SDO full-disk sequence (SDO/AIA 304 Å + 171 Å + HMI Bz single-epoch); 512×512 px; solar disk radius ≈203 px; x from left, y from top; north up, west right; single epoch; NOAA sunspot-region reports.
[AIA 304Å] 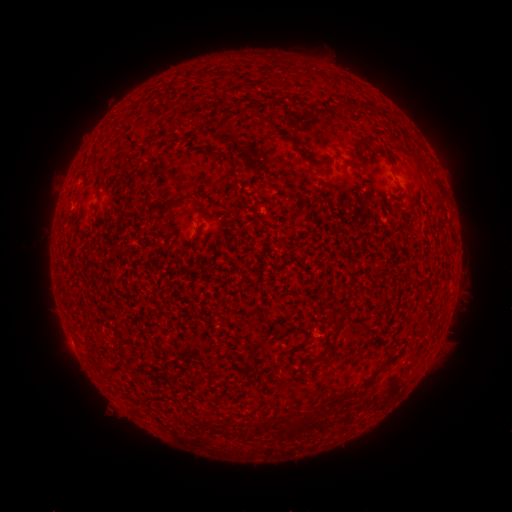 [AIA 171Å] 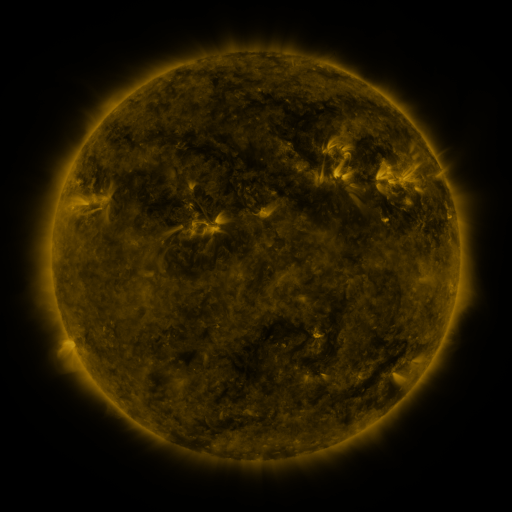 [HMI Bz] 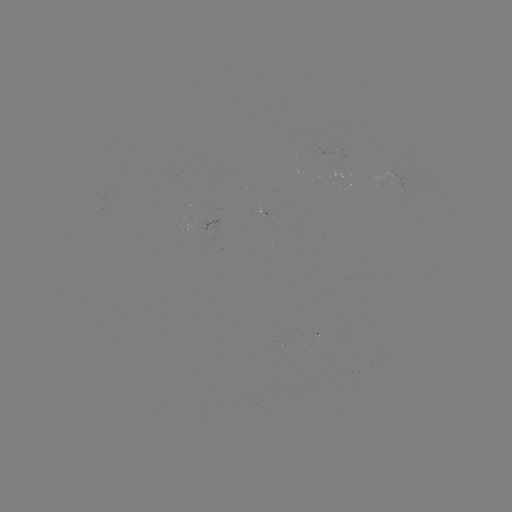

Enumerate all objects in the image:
(none)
